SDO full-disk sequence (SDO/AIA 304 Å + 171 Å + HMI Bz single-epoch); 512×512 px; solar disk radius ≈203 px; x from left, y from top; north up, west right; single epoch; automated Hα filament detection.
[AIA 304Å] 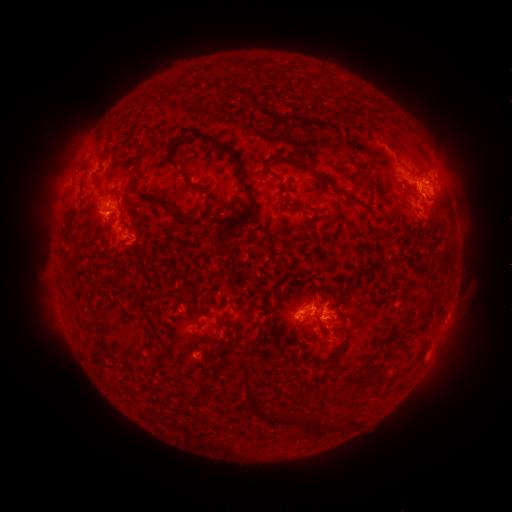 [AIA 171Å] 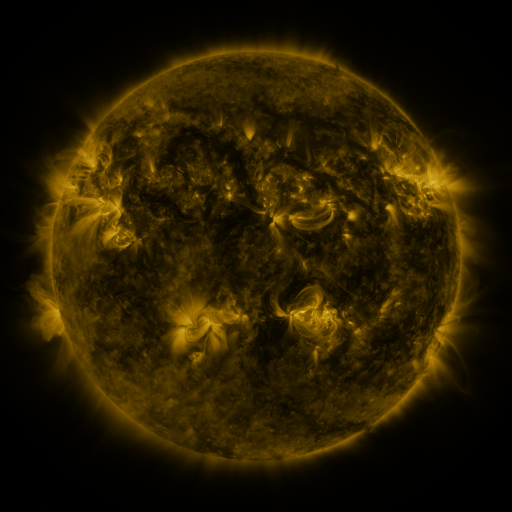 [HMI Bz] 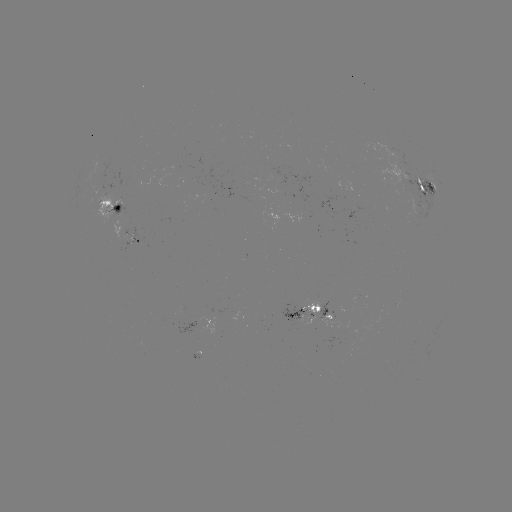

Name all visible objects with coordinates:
filament: (195, 131, 240, 161)
filament: (387, 136, 403, 157)
filament: (174, 165, 199, 190)
filament: (314, 171, 334, 187)
filament: (236, 175, 254, 198)
filament: (137, 189, 205, 228)
filament: (237, 216, 248, 228)
filament: (417, 310, 429, 322)
filament: (247, 389, 257, 410)
